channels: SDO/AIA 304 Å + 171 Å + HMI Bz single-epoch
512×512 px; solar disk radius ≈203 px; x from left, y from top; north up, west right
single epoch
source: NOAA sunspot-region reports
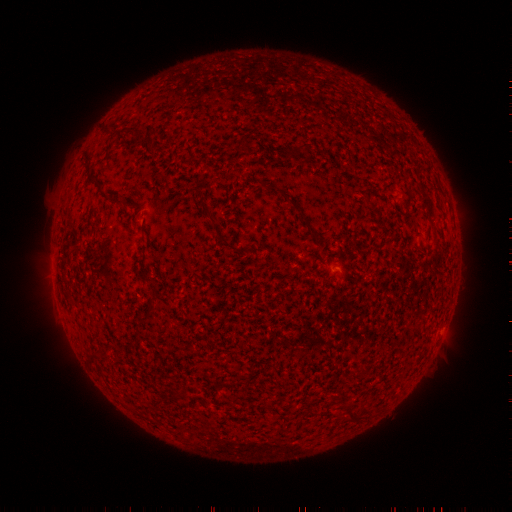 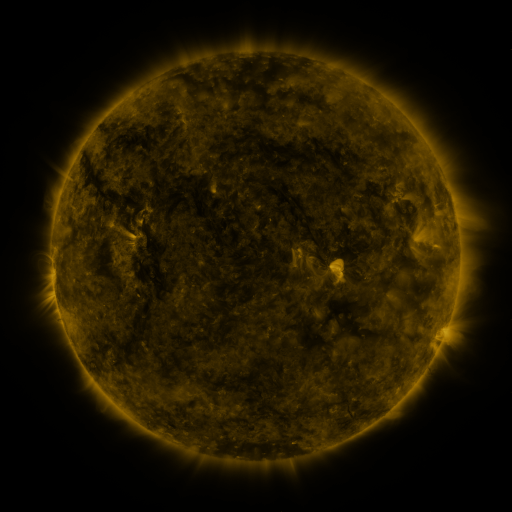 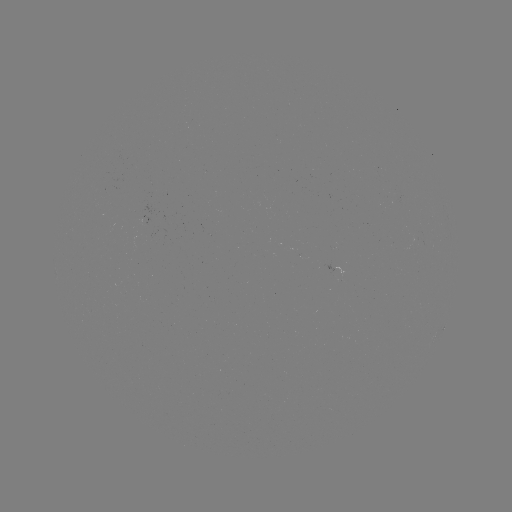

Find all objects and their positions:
(none)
